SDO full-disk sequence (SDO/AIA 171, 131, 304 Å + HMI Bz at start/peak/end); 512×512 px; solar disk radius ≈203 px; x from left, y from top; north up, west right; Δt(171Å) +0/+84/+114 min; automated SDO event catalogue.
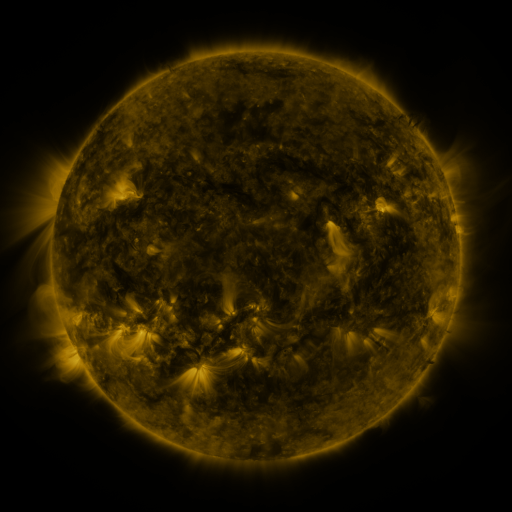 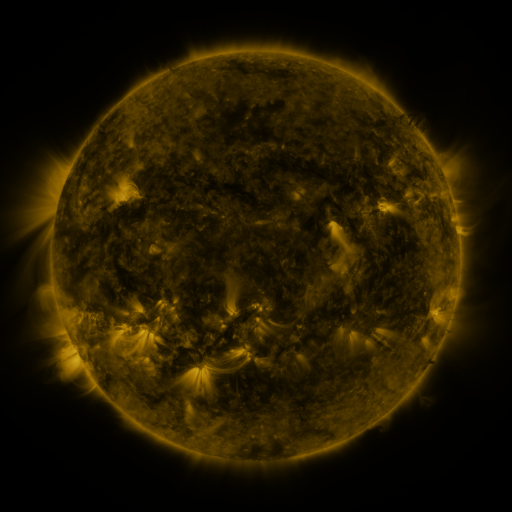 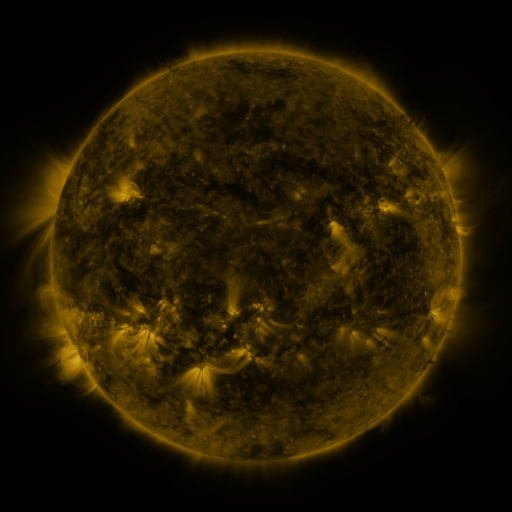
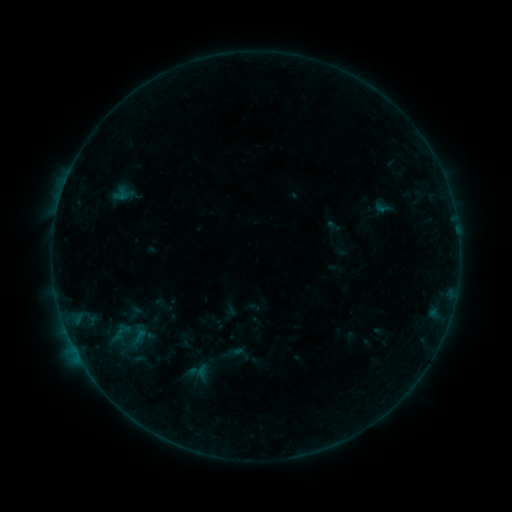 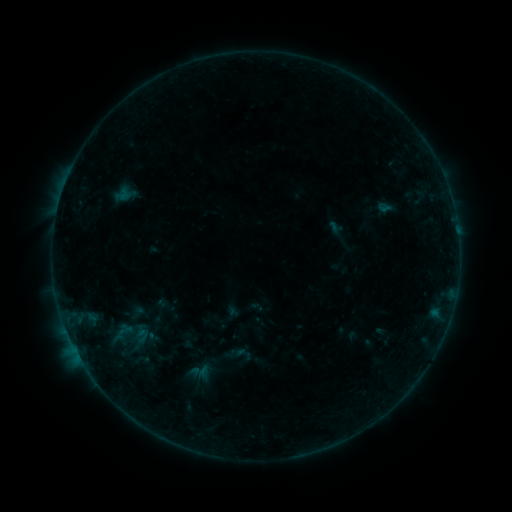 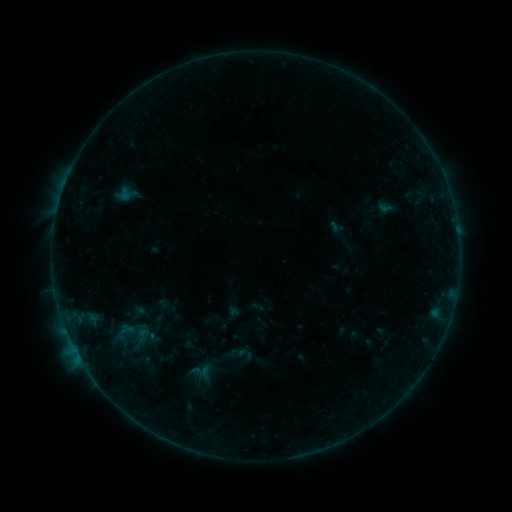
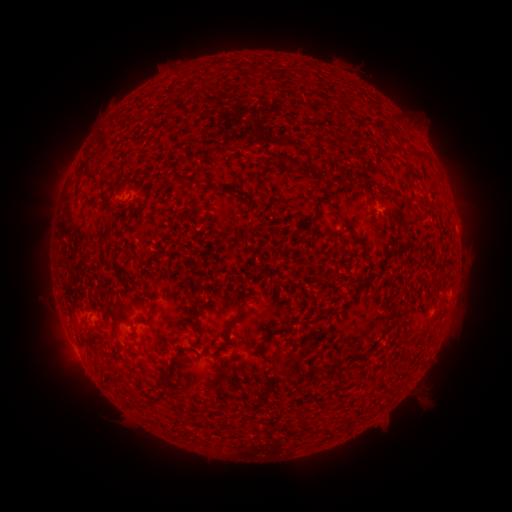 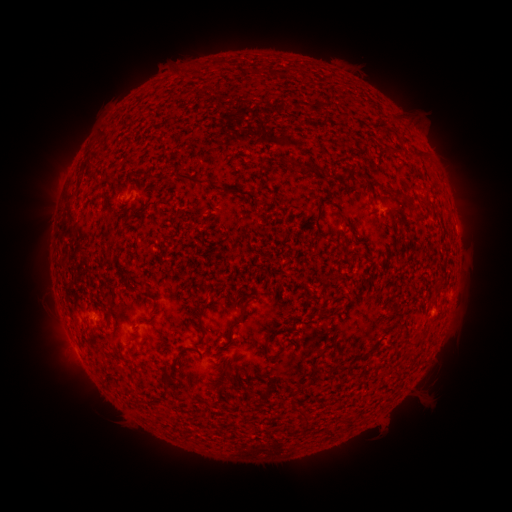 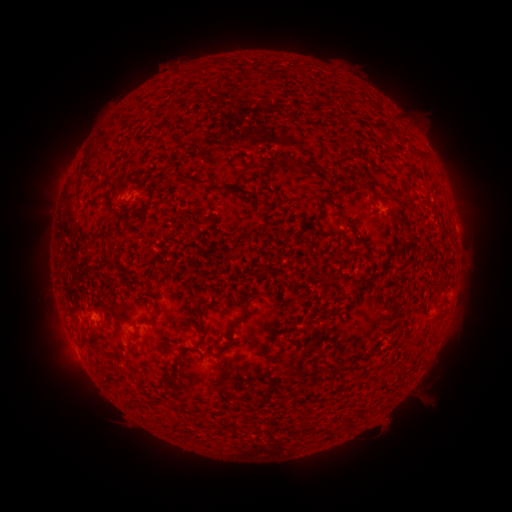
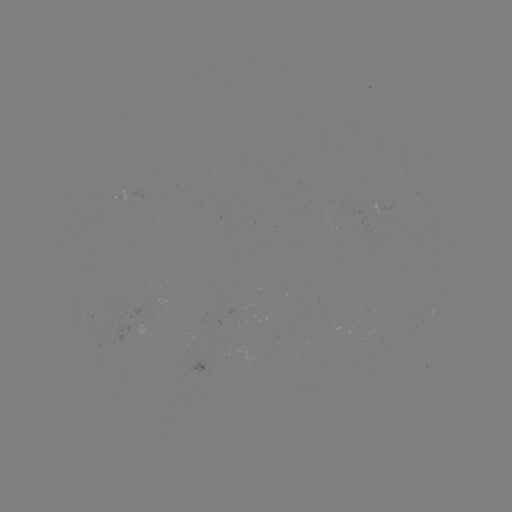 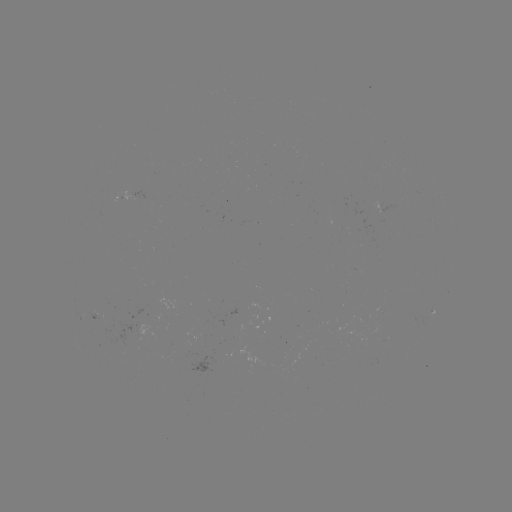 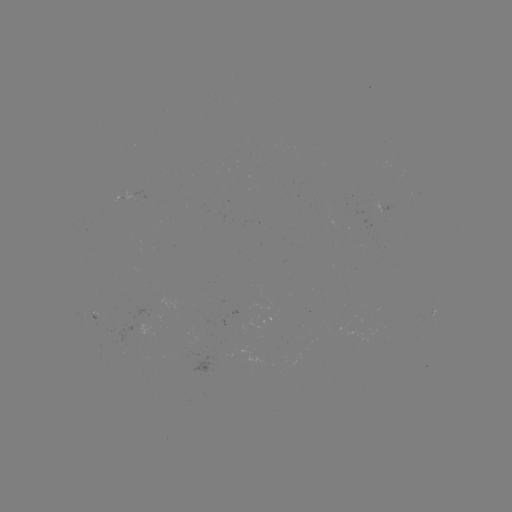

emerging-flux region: (88, 311, 99, 320)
